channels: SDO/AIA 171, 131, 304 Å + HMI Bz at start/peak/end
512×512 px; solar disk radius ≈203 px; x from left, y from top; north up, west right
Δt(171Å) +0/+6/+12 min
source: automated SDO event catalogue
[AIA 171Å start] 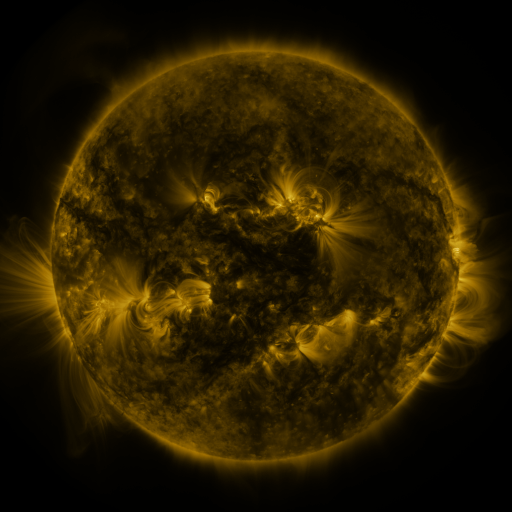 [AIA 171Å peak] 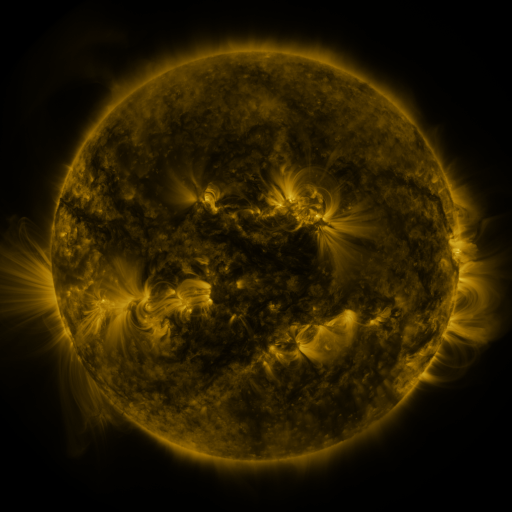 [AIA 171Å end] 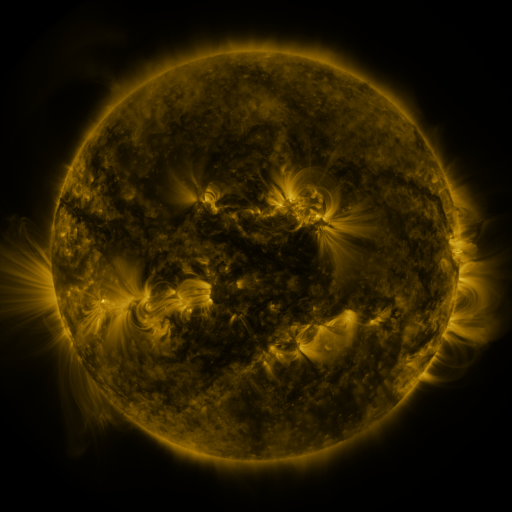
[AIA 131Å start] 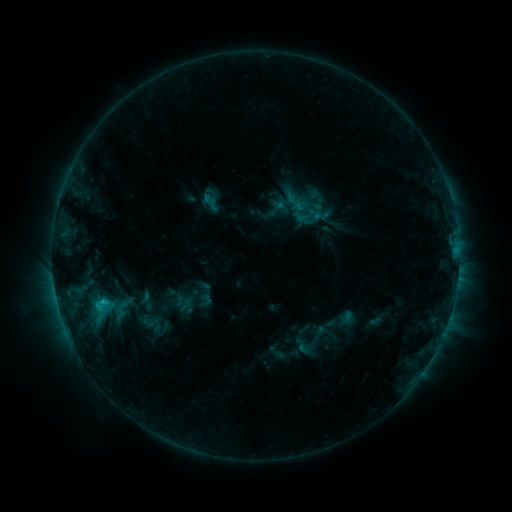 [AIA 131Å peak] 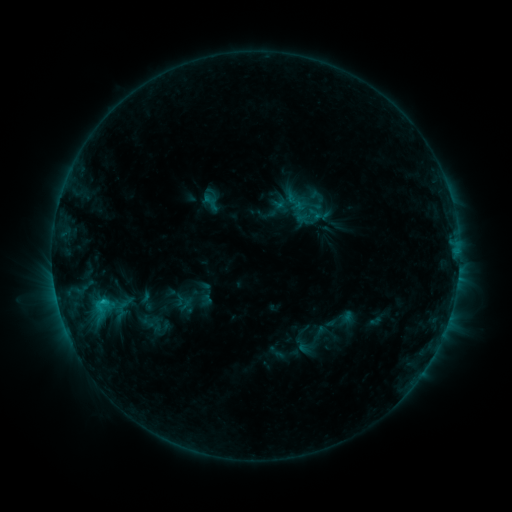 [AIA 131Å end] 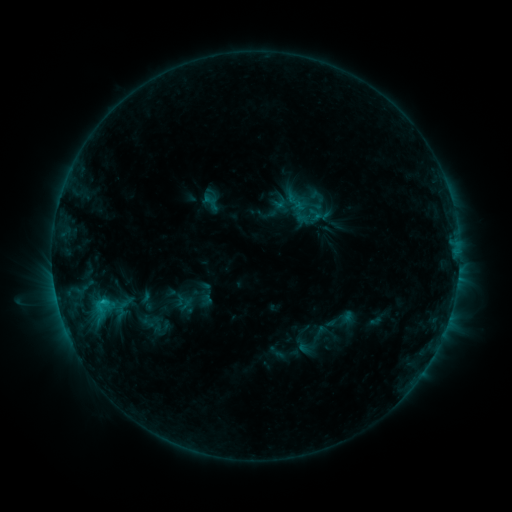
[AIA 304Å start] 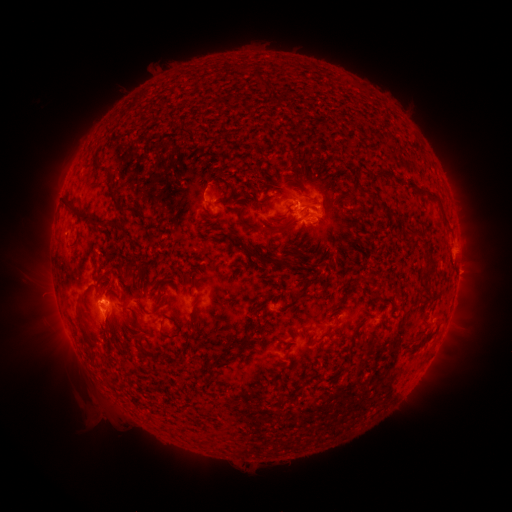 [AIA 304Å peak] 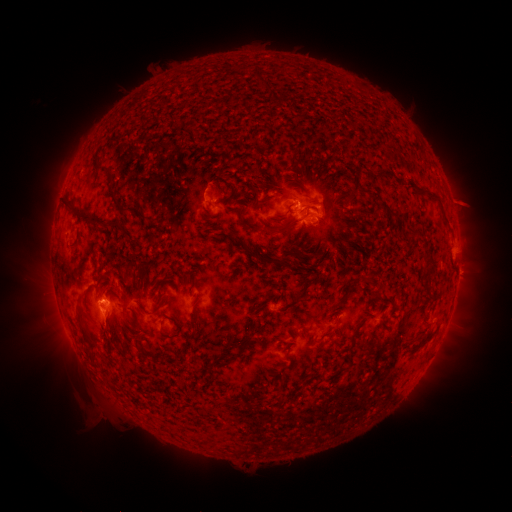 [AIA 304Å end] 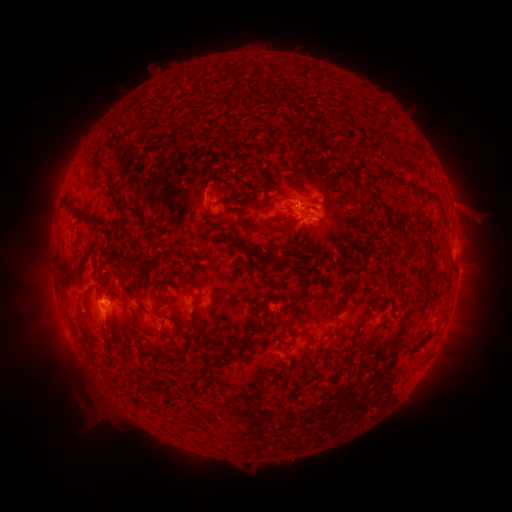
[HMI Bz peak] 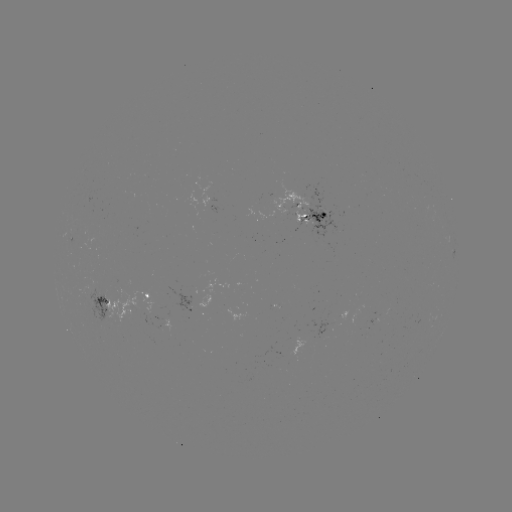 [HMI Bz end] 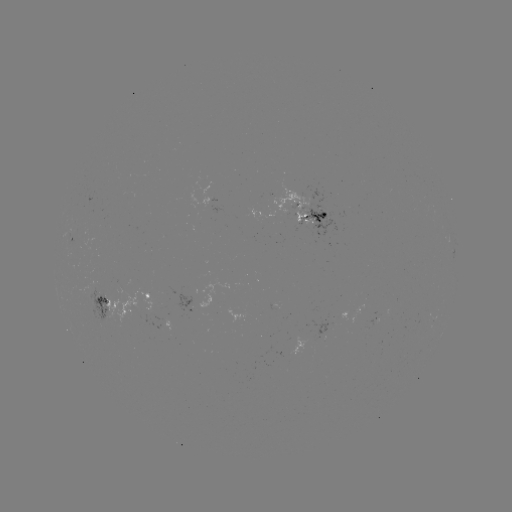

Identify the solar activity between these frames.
eruption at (467, 205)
